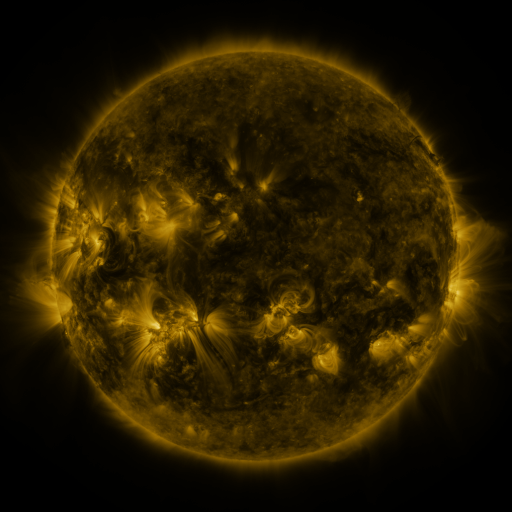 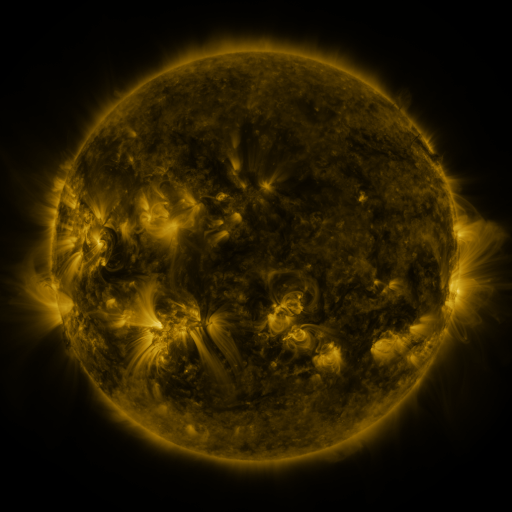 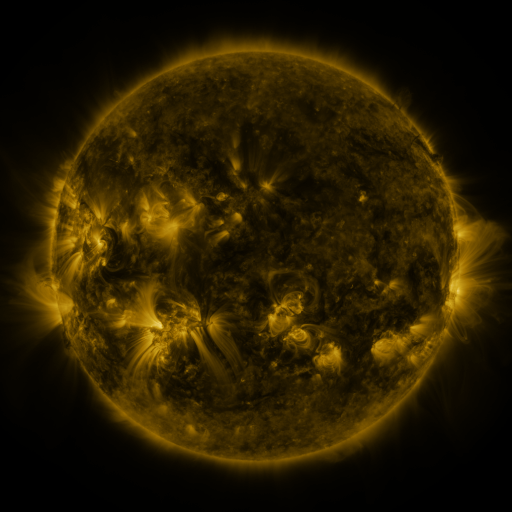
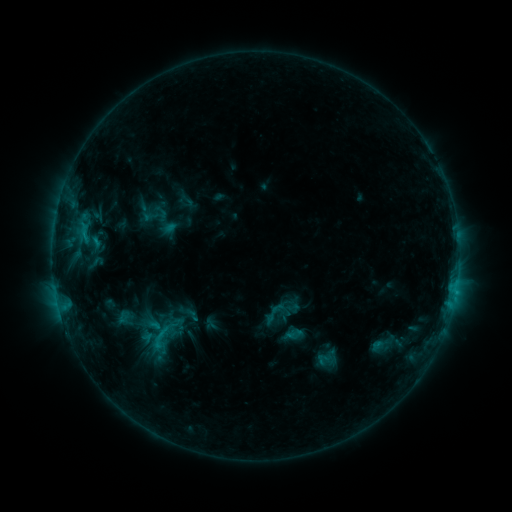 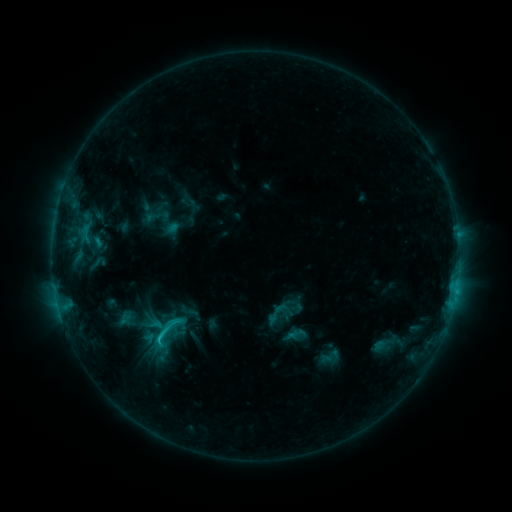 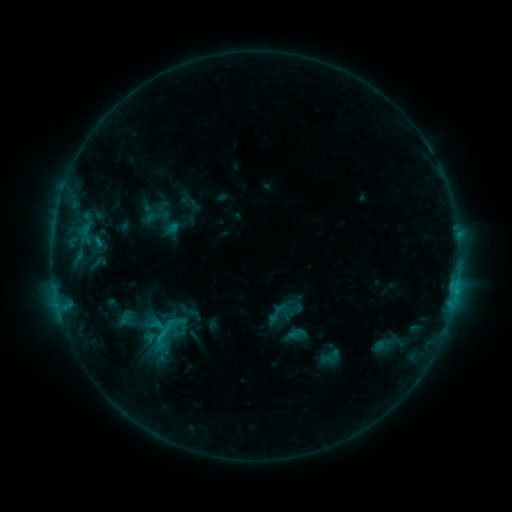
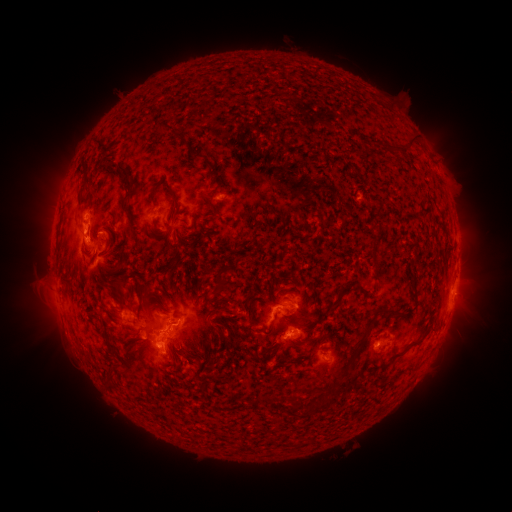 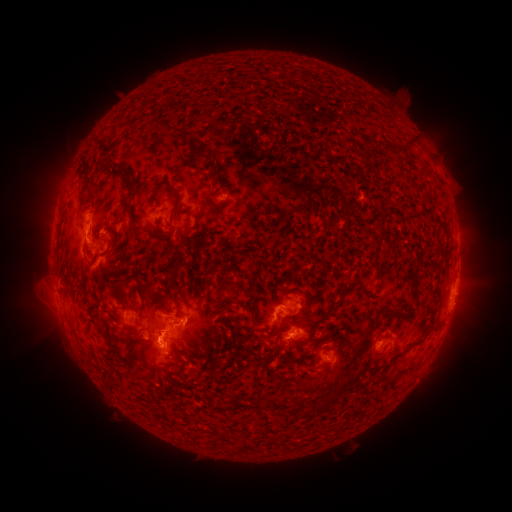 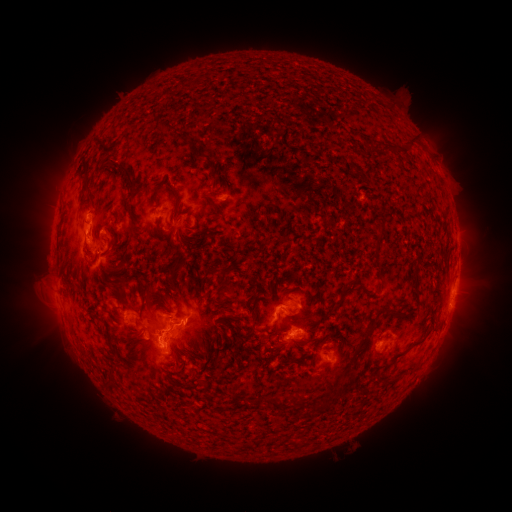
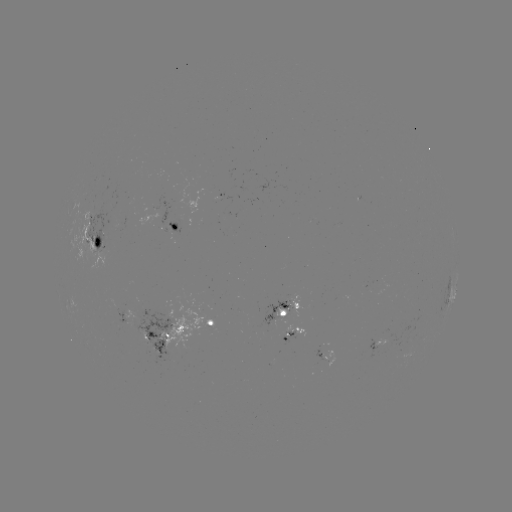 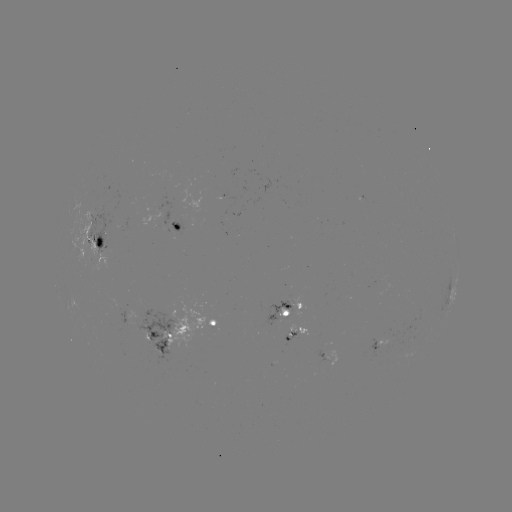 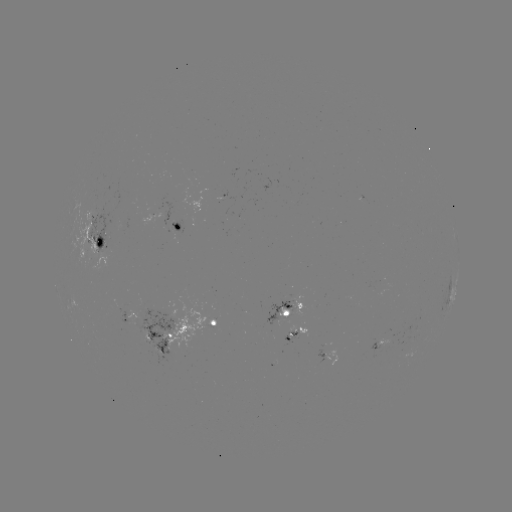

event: emerging-flux region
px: (89, 242)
